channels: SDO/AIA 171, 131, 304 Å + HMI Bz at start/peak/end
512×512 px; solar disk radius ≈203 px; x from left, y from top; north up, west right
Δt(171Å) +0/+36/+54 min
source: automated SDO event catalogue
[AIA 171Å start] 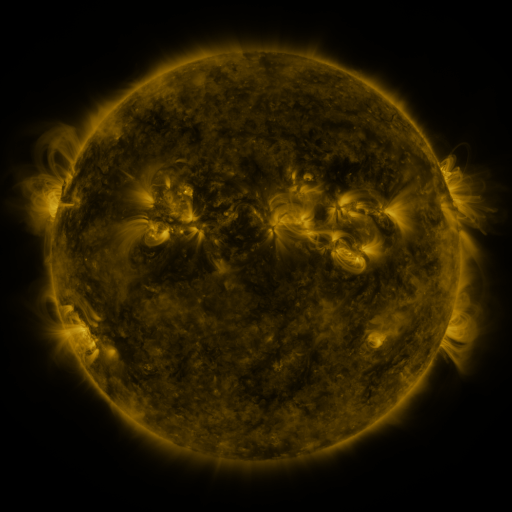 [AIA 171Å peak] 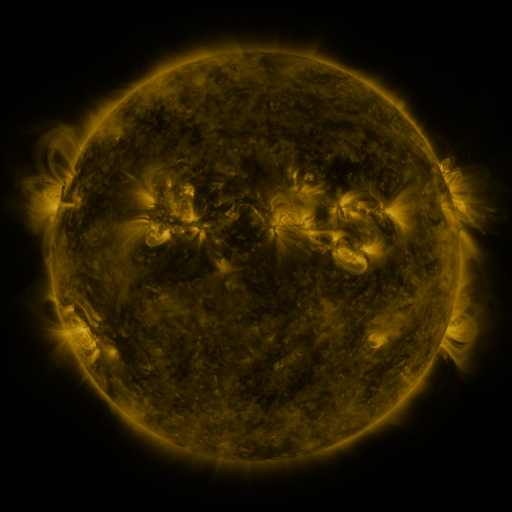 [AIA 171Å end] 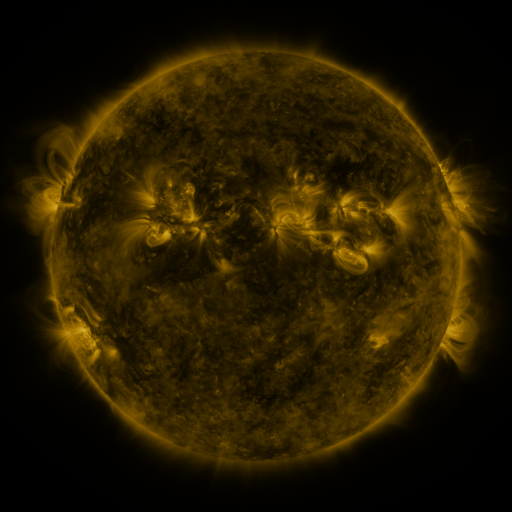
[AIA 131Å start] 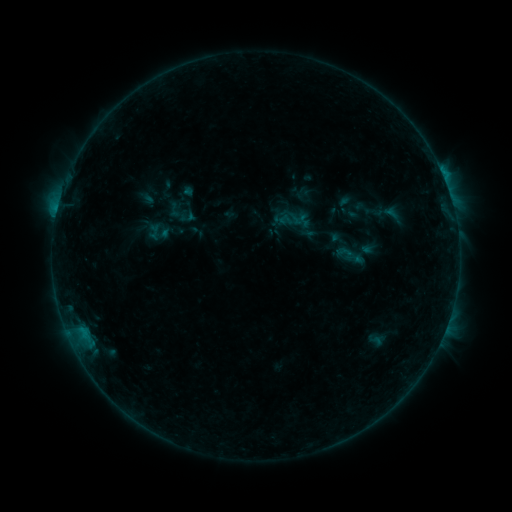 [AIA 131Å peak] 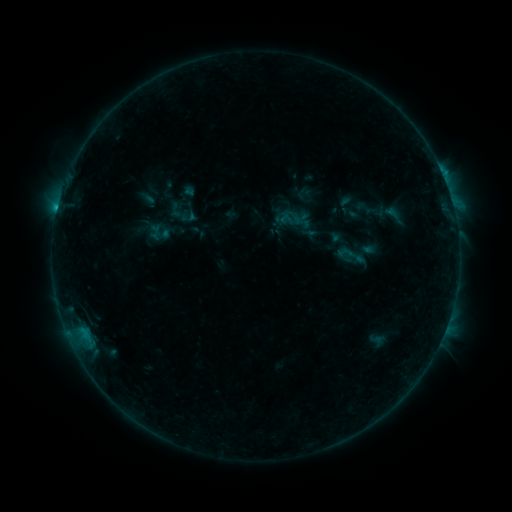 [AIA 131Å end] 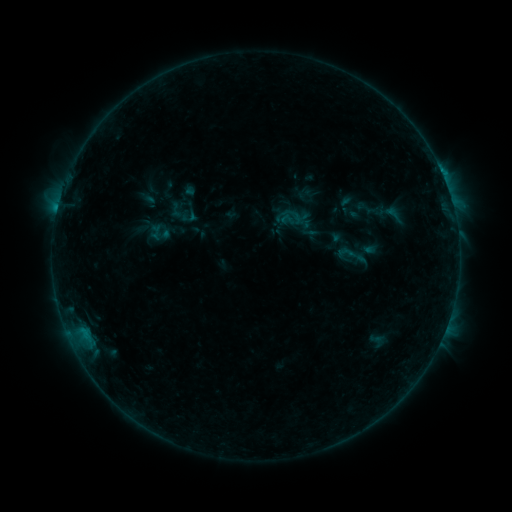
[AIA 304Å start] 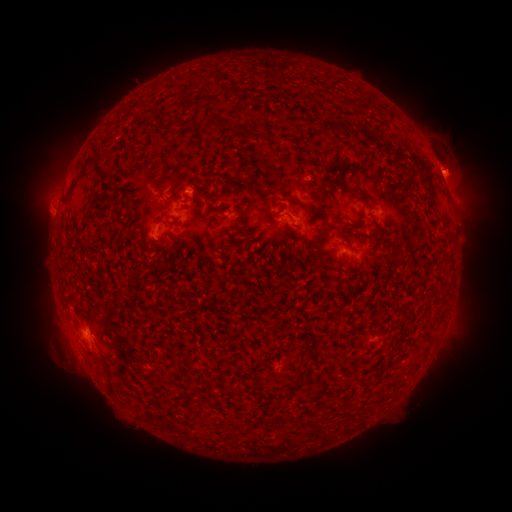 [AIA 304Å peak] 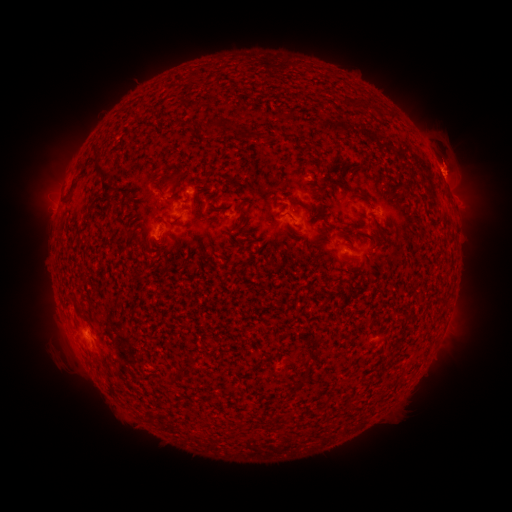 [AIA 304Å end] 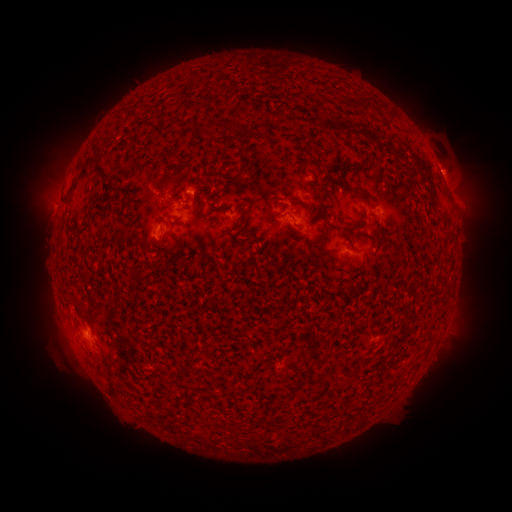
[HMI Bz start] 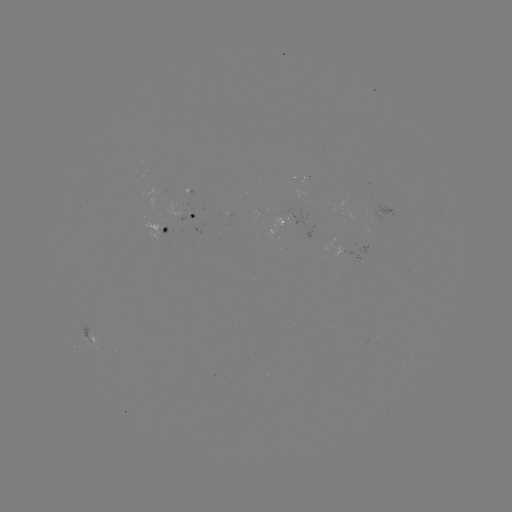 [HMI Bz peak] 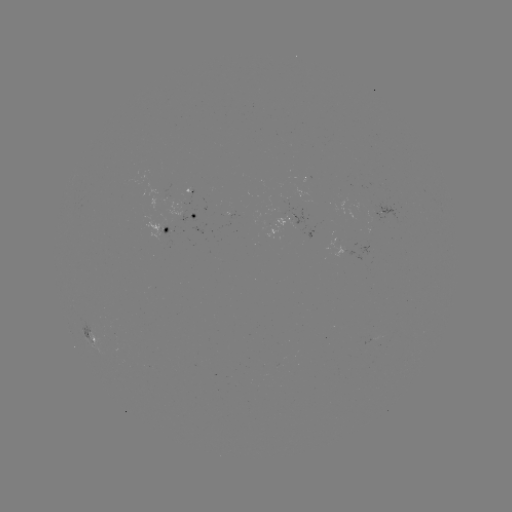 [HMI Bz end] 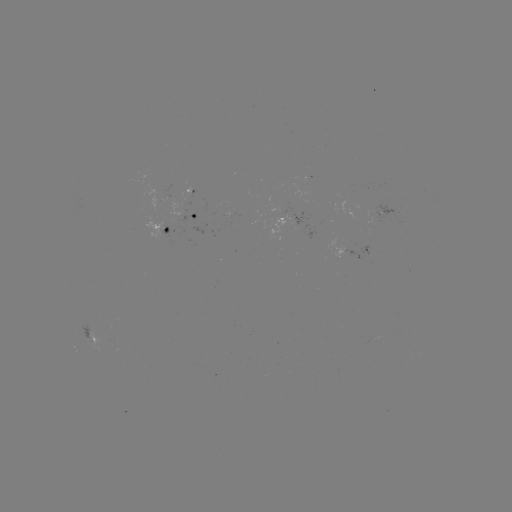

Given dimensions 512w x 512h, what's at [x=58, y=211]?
B9.5 flare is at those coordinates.